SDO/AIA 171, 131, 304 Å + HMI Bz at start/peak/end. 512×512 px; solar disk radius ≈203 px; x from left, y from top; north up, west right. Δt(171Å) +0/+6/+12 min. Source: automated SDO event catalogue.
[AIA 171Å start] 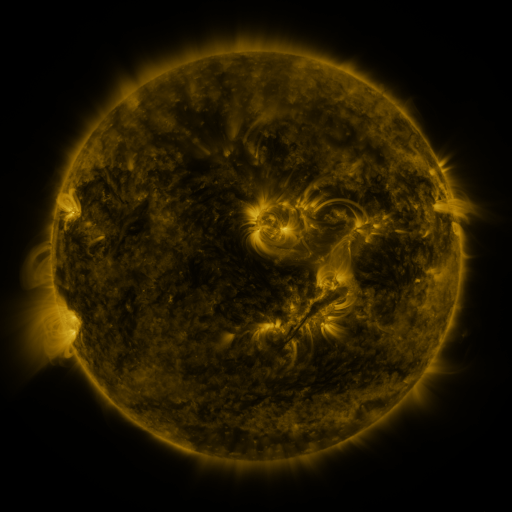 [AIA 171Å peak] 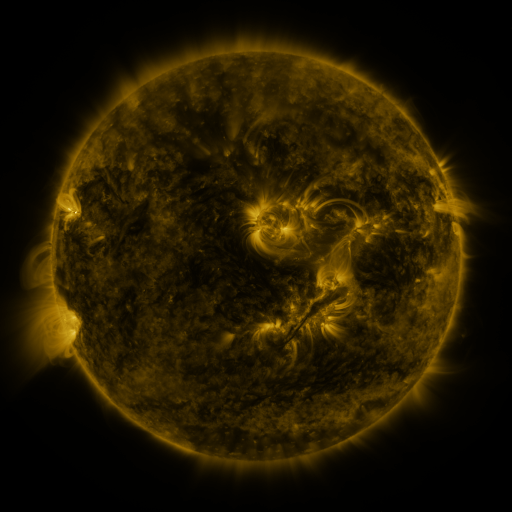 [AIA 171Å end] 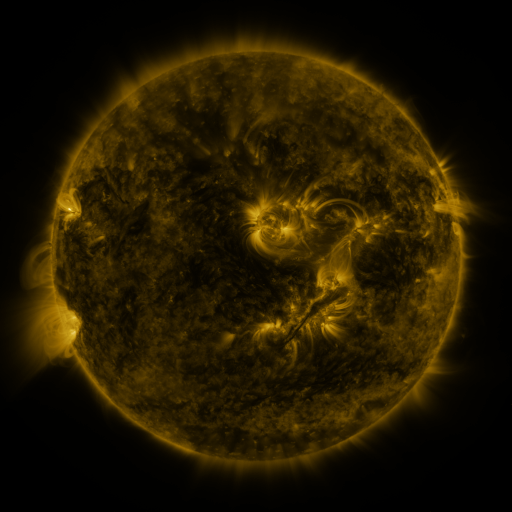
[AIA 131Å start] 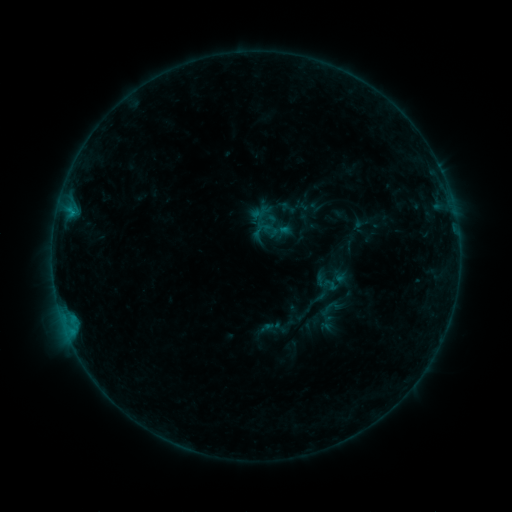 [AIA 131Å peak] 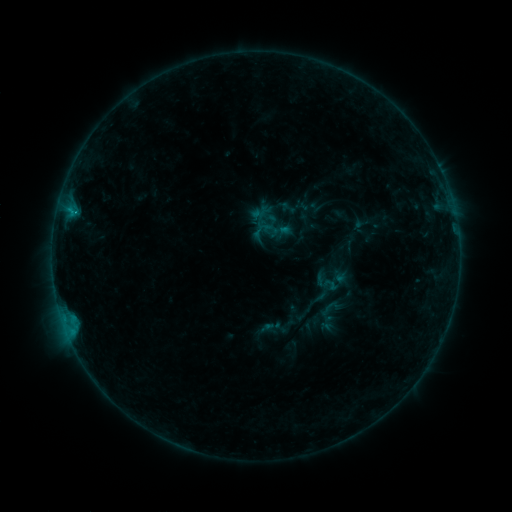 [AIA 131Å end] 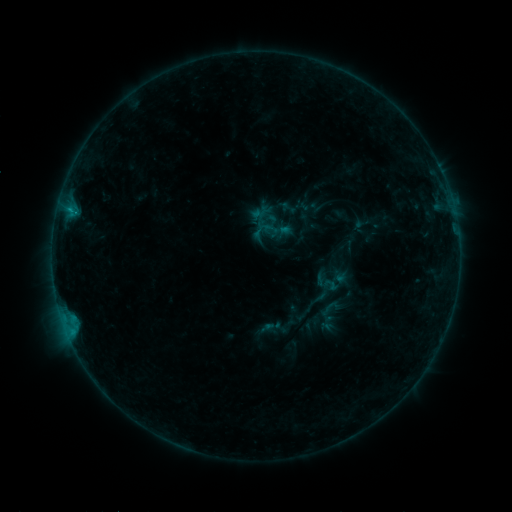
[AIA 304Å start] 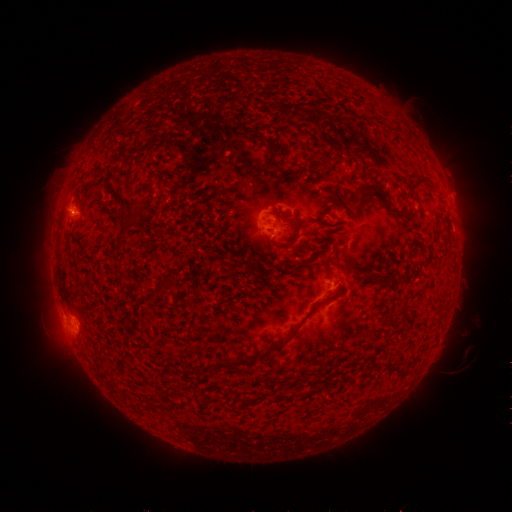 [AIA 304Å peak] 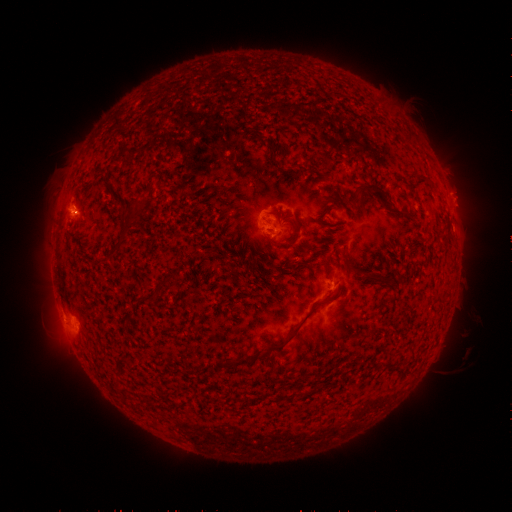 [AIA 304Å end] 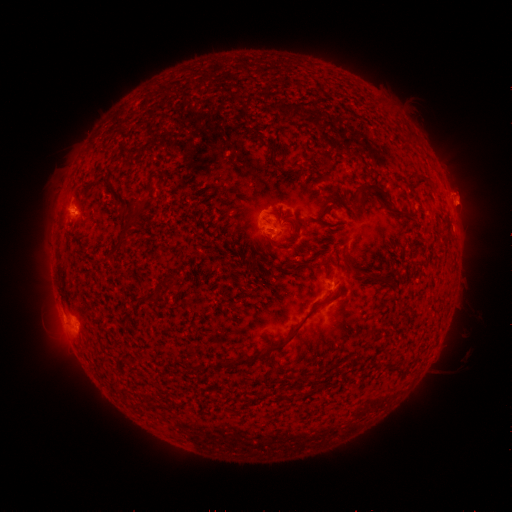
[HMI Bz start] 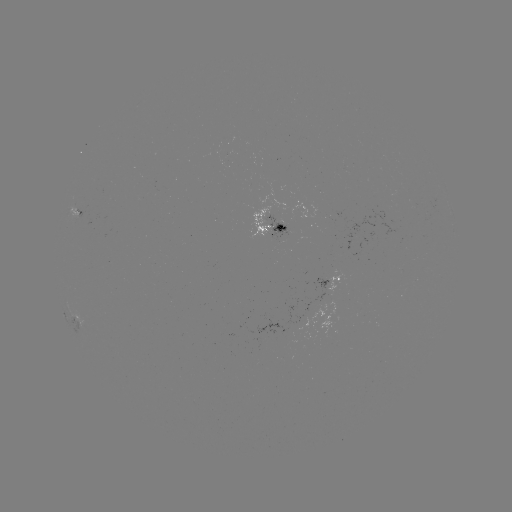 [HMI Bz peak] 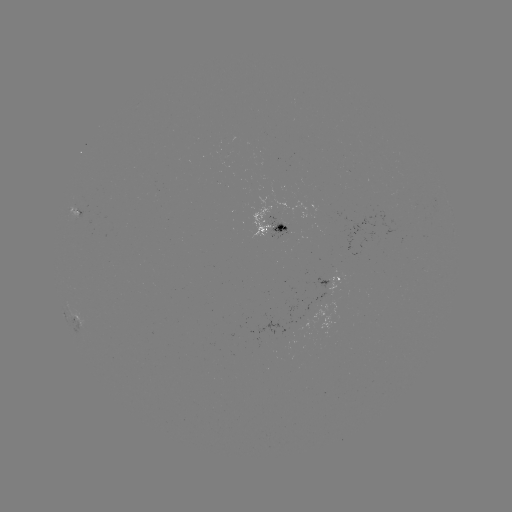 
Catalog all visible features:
B4.9 flare: (76, 215)
